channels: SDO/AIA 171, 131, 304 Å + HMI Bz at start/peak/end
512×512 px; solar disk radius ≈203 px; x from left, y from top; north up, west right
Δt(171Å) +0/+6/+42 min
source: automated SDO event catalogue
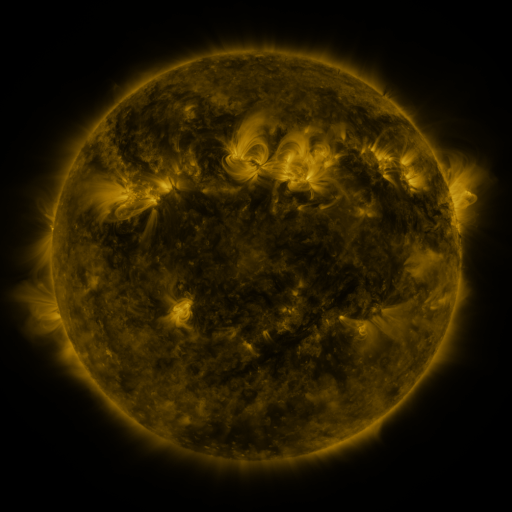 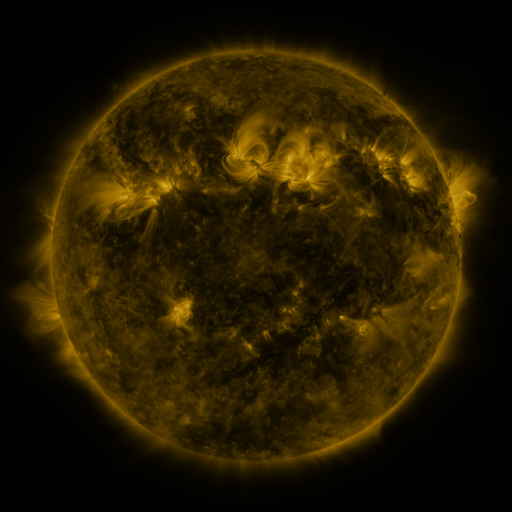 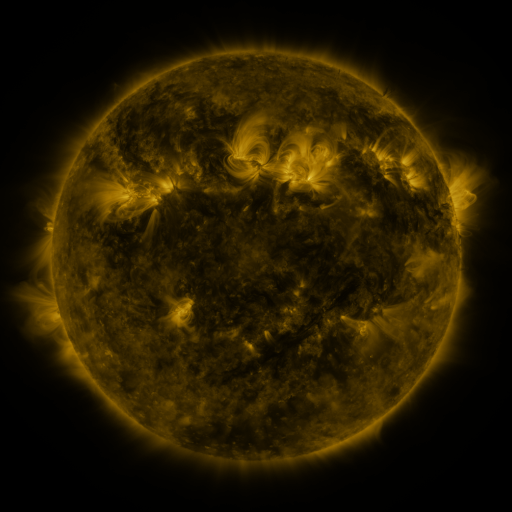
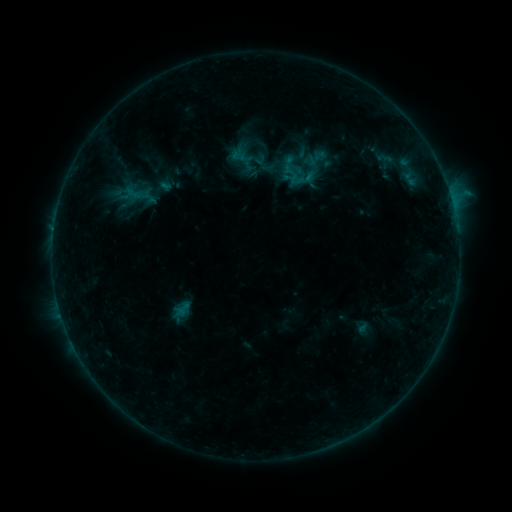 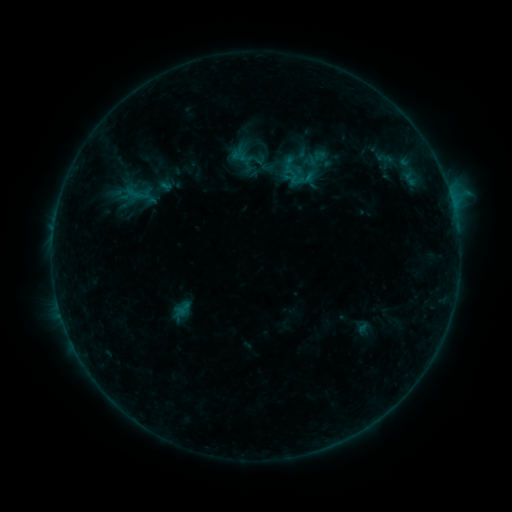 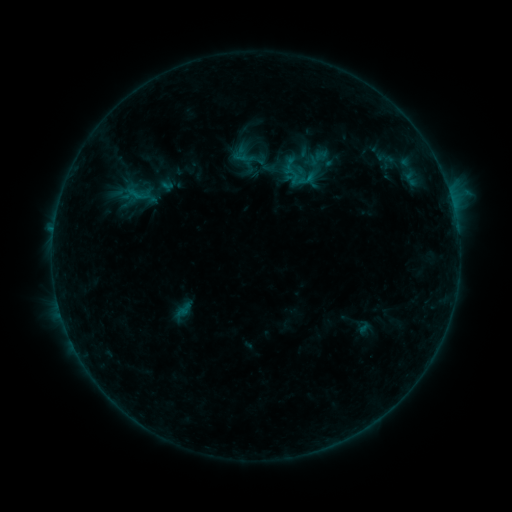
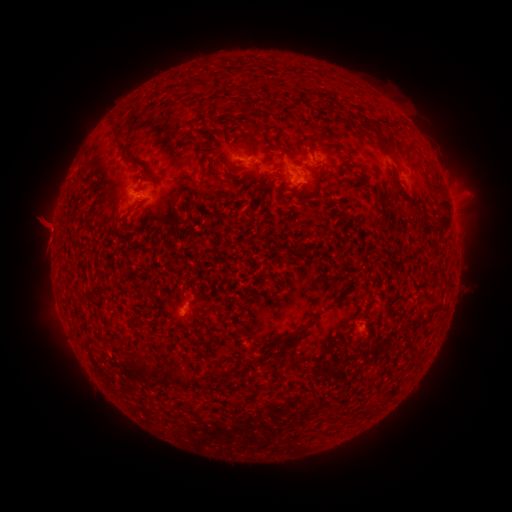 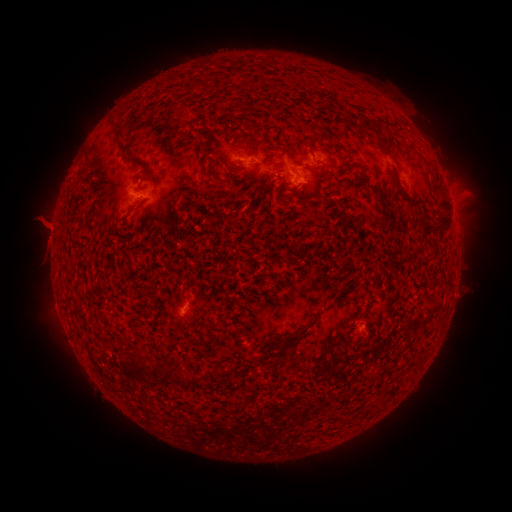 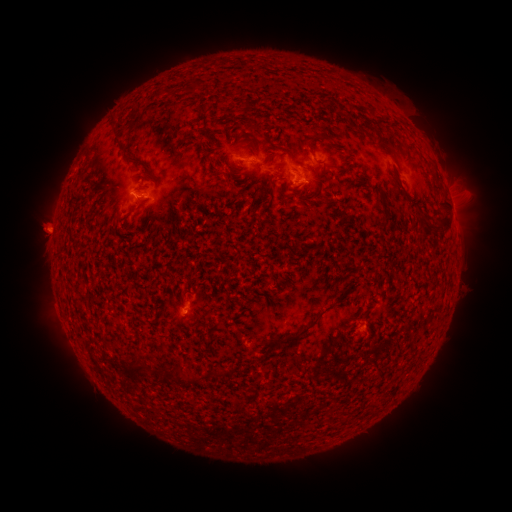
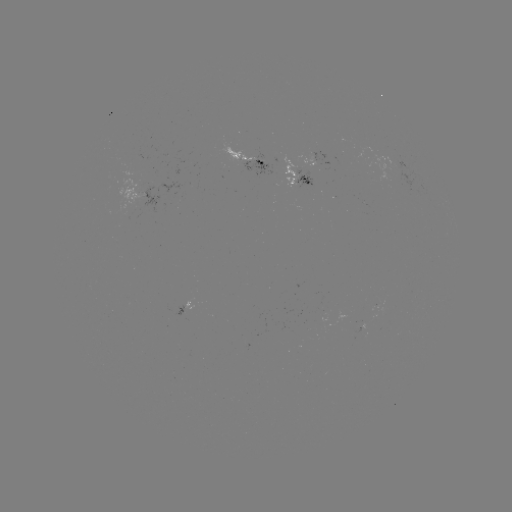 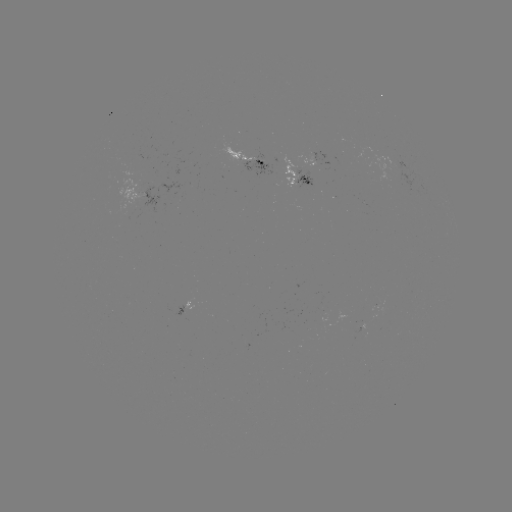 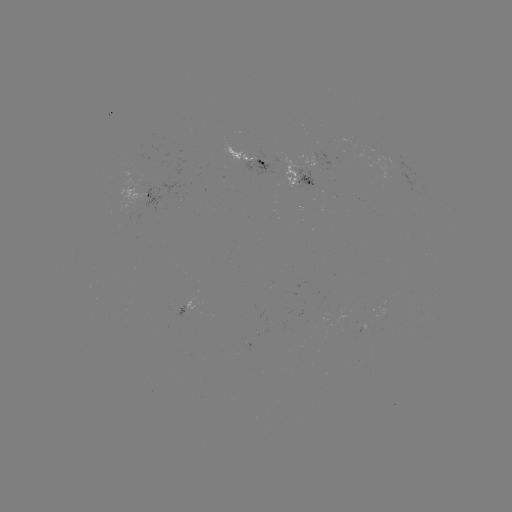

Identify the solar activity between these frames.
emerging-flux region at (246, 155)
